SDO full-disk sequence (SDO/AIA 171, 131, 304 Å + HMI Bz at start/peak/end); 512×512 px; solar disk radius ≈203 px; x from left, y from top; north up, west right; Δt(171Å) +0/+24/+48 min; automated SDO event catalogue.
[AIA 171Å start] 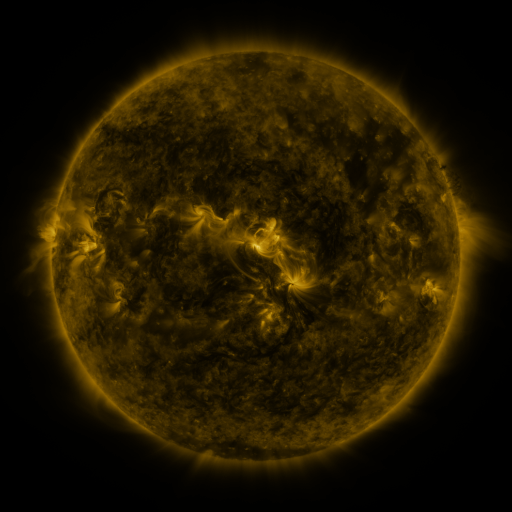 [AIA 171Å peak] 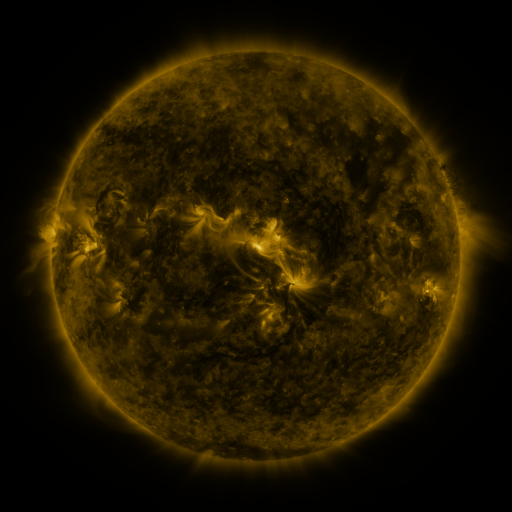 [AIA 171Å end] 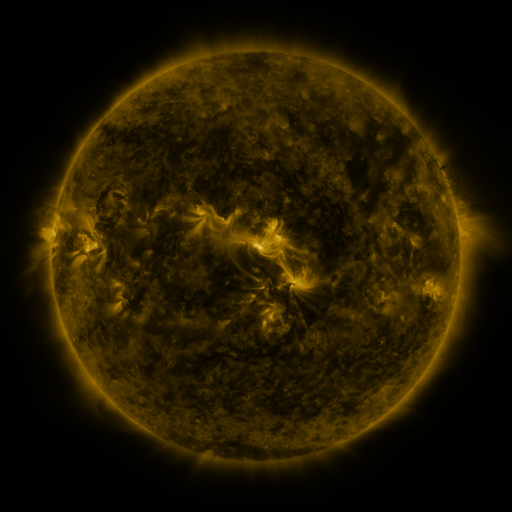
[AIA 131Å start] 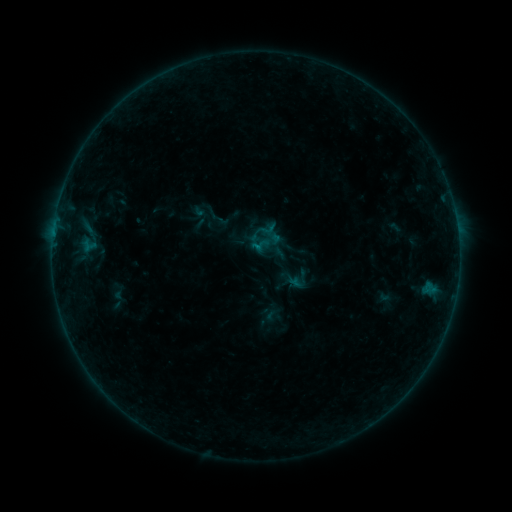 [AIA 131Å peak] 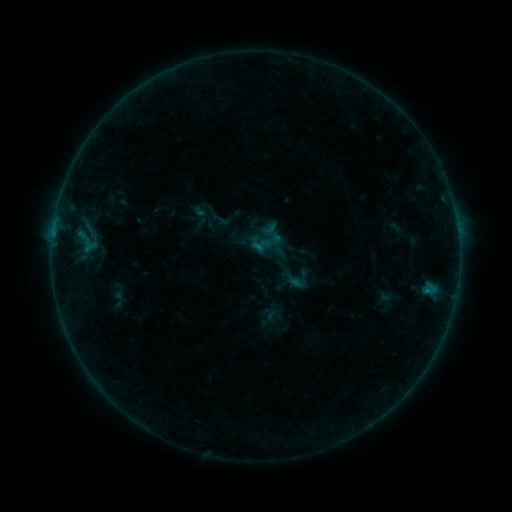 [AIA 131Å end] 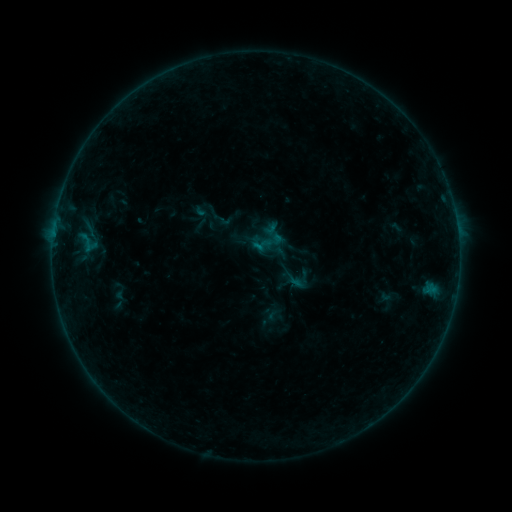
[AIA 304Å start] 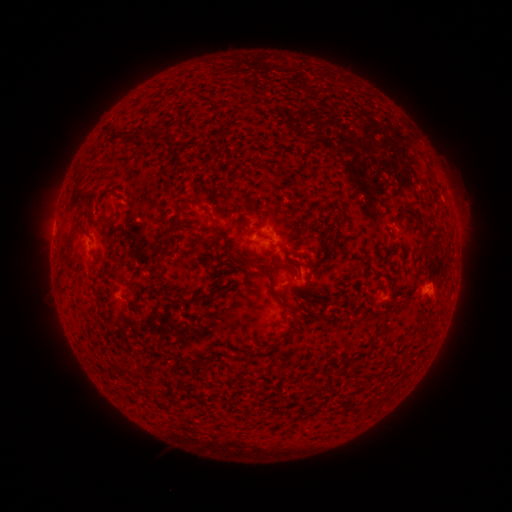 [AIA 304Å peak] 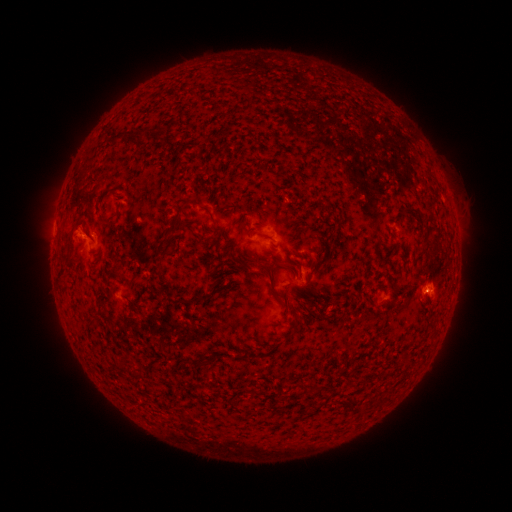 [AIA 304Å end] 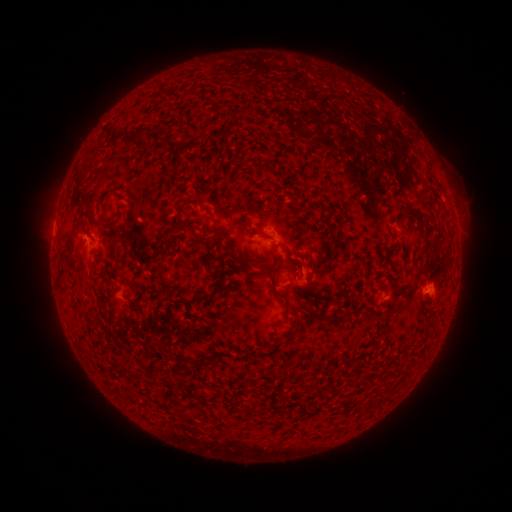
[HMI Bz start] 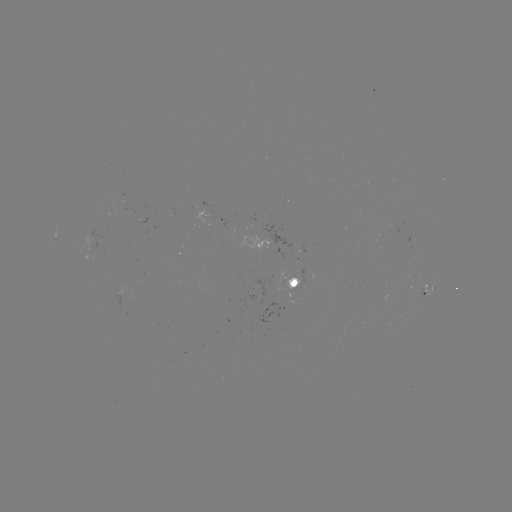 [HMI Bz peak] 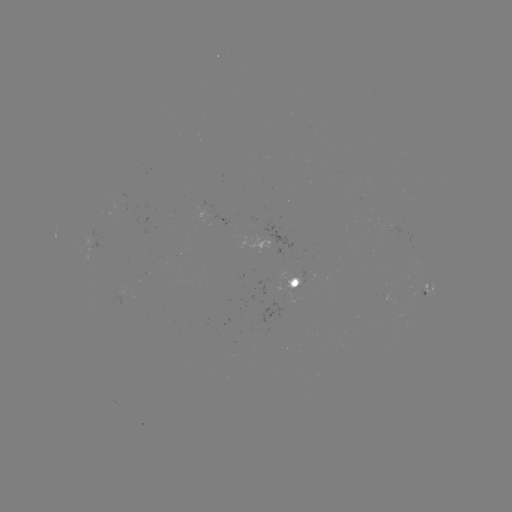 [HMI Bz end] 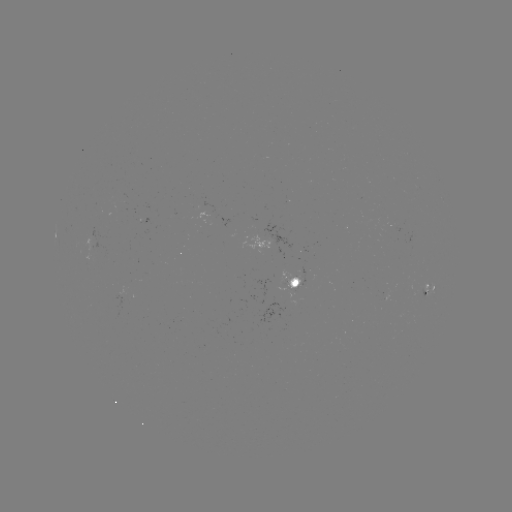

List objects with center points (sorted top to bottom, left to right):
B2.7 flare: (426, 290)
